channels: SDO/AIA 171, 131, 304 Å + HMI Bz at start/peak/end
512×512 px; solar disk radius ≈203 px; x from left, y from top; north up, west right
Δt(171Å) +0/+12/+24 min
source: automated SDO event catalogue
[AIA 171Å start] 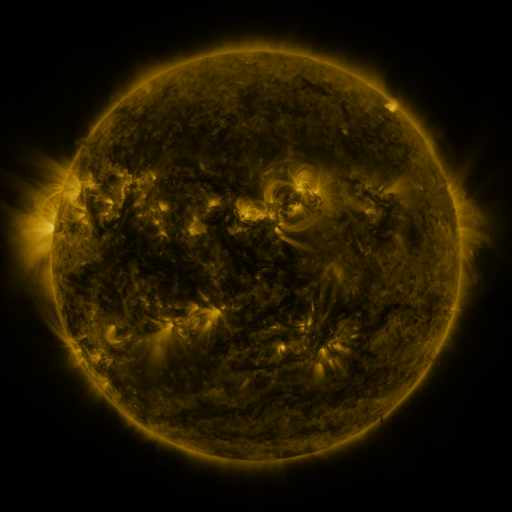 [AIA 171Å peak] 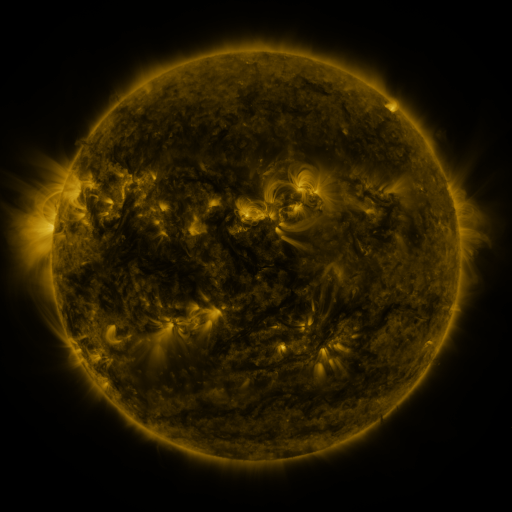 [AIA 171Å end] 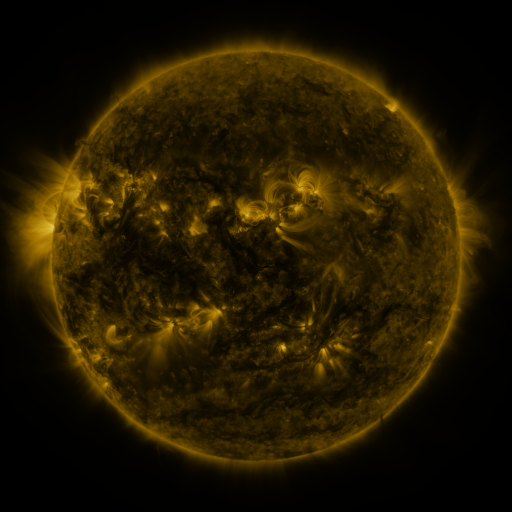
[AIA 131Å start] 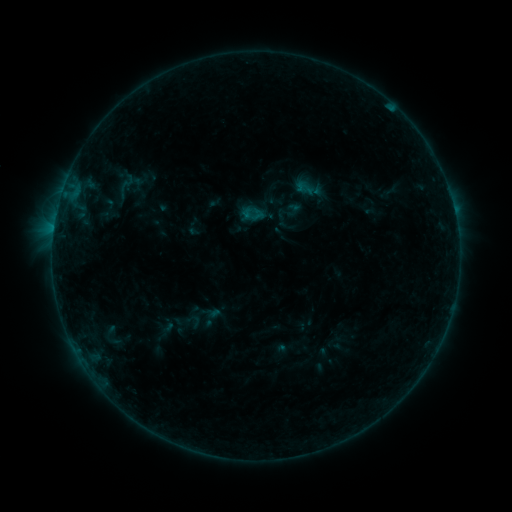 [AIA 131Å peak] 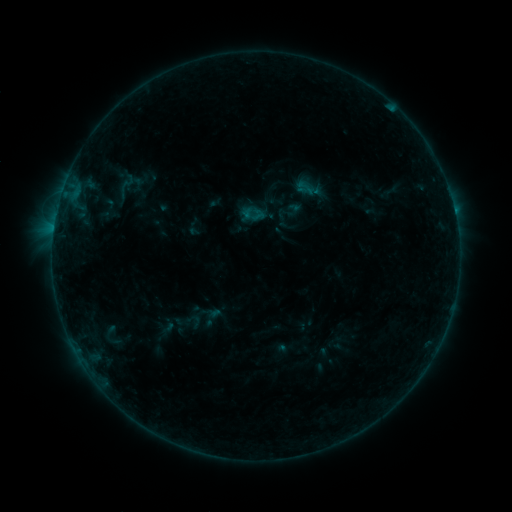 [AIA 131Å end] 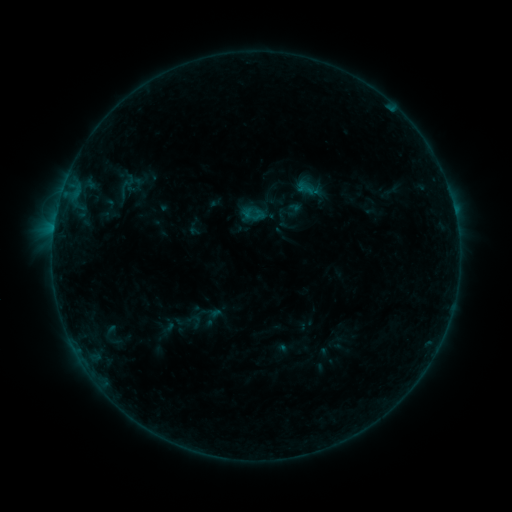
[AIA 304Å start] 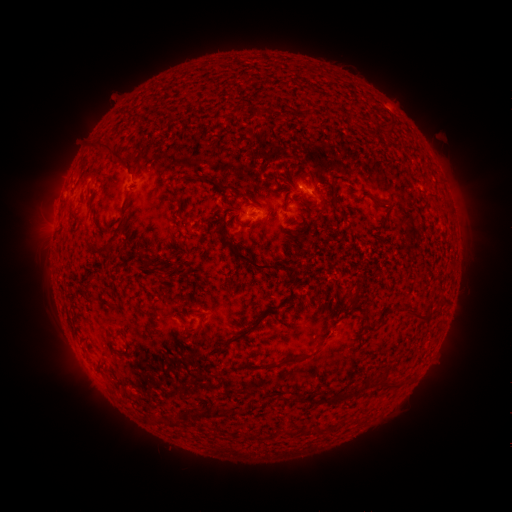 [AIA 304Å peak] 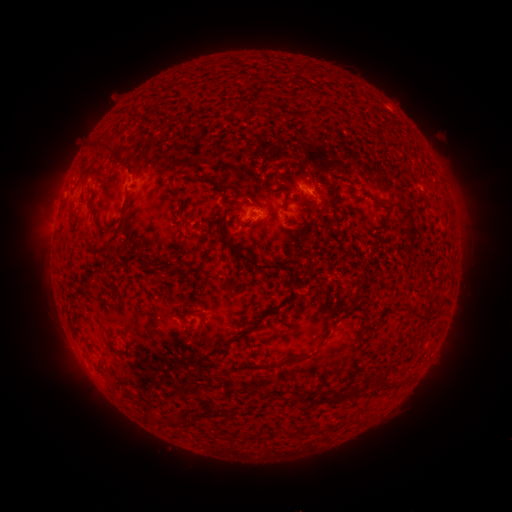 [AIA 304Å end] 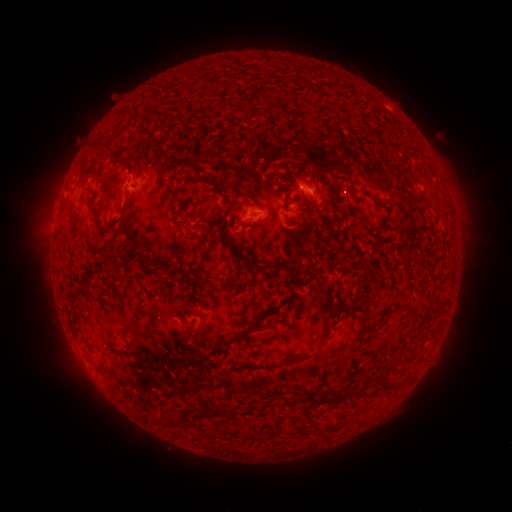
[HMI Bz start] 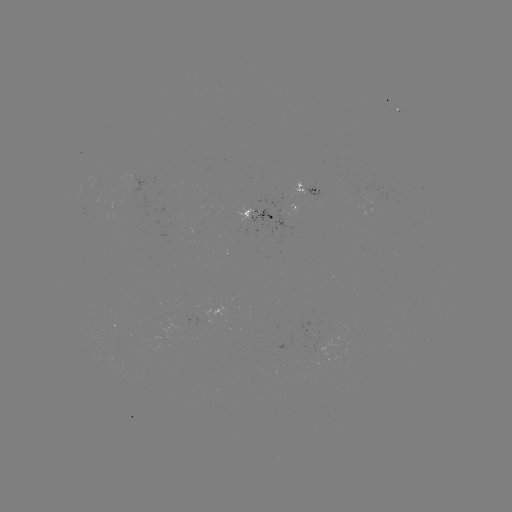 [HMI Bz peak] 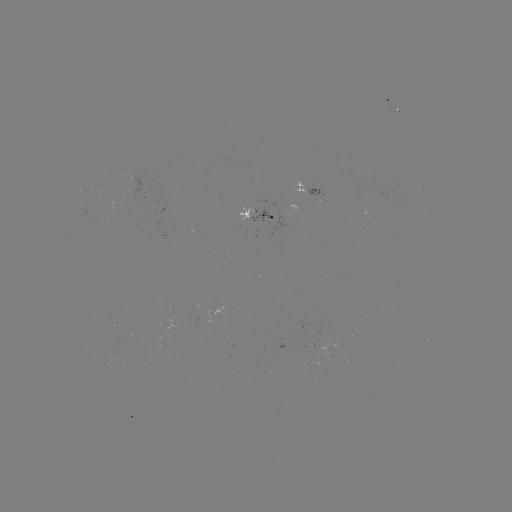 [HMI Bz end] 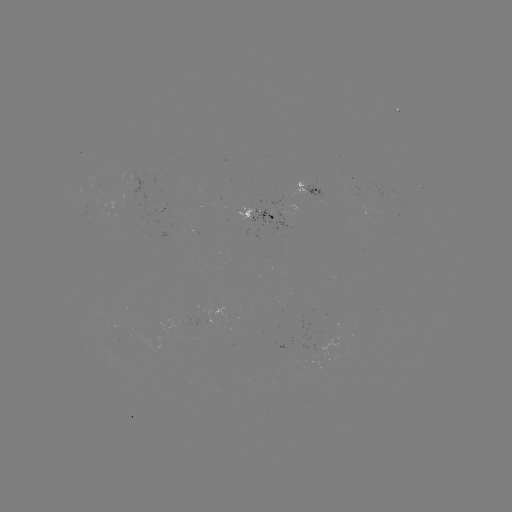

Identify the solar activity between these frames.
B3.8 flare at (454, 213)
